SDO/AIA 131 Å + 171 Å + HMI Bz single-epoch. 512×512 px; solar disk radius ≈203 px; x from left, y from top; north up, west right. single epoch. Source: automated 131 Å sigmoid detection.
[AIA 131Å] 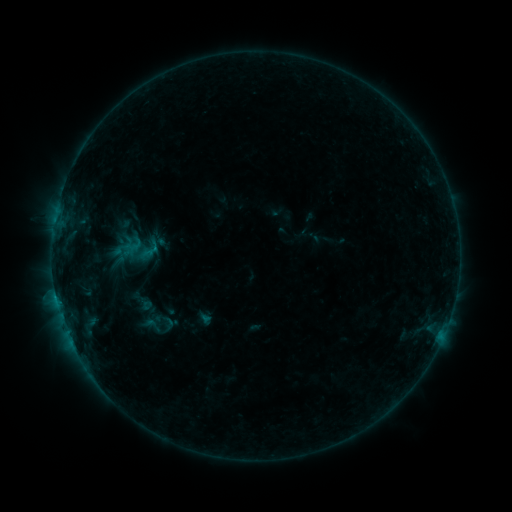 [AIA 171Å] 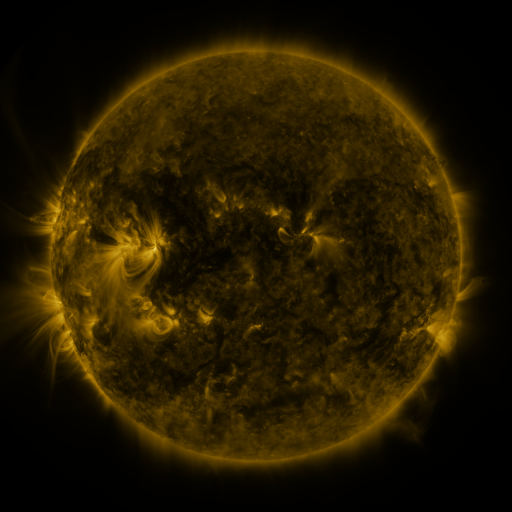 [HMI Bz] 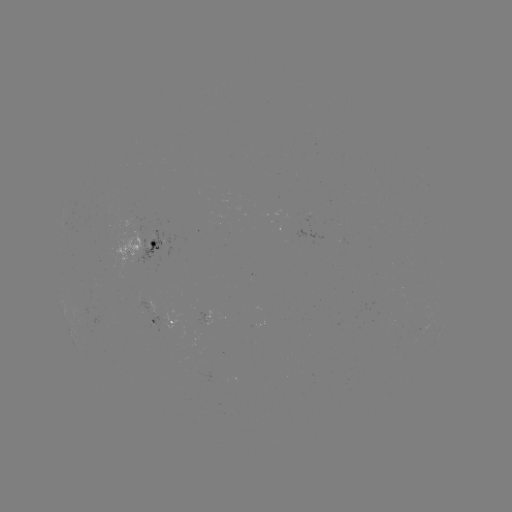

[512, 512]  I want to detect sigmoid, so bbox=[137, 312, 166, 337].